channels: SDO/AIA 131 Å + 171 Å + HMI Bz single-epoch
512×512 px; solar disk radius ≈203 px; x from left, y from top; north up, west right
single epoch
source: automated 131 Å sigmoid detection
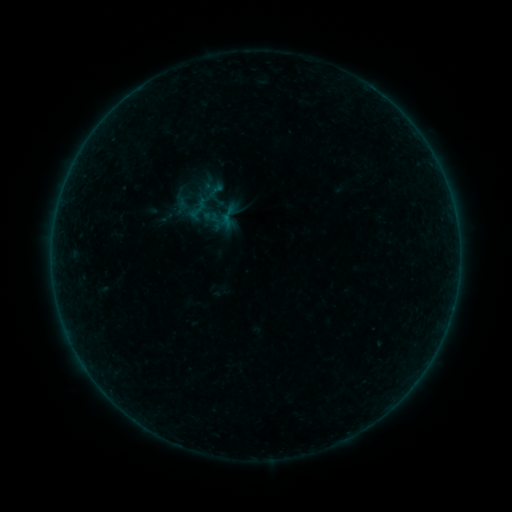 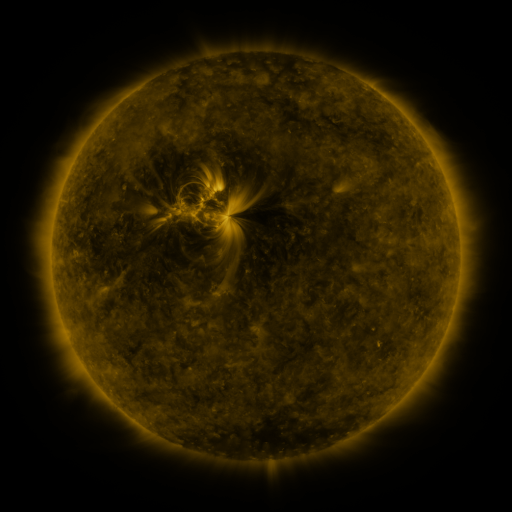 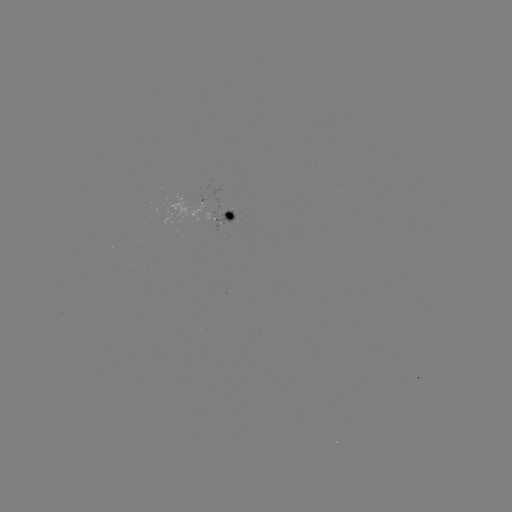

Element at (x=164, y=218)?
sigmoid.